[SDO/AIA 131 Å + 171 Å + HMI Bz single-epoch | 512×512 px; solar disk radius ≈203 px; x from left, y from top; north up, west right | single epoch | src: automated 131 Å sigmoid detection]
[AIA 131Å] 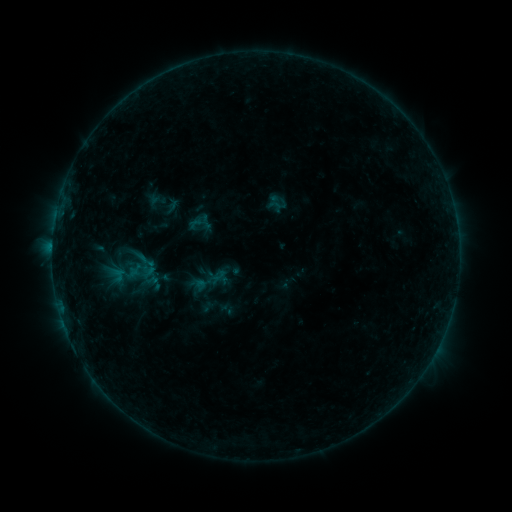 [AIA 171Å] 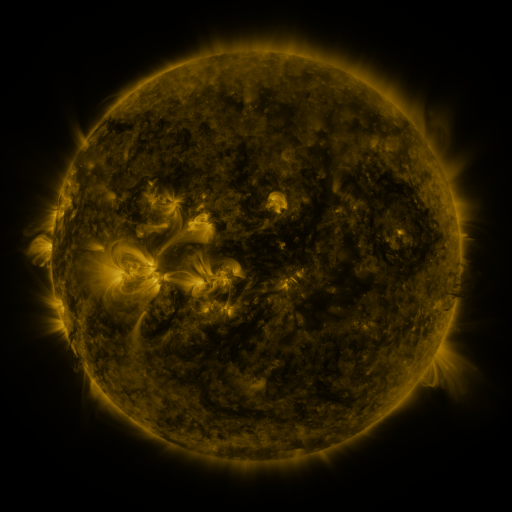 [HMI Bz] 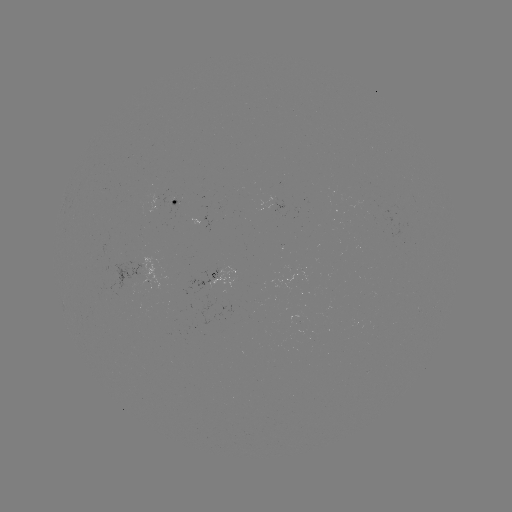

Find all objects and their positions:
sigmoid: (206, 267, 227, 287)
